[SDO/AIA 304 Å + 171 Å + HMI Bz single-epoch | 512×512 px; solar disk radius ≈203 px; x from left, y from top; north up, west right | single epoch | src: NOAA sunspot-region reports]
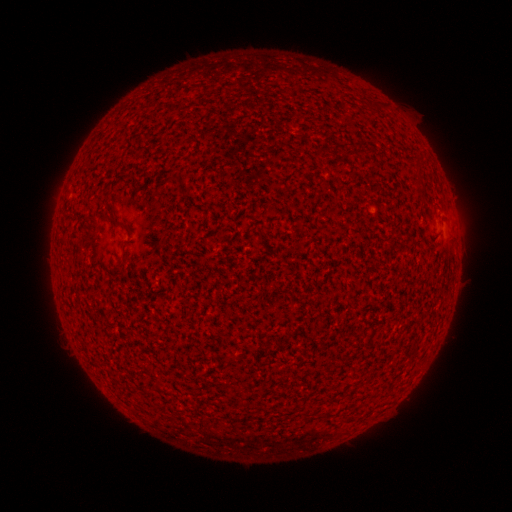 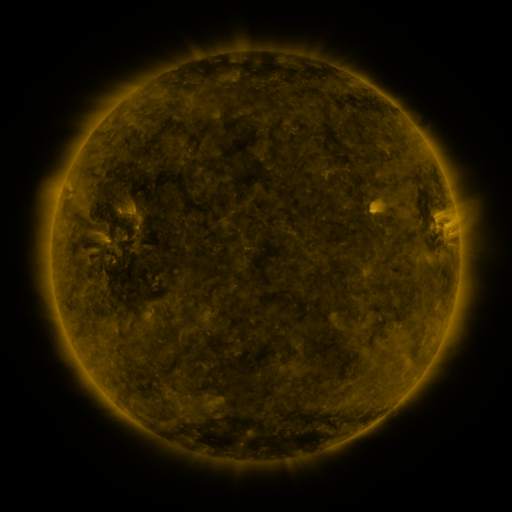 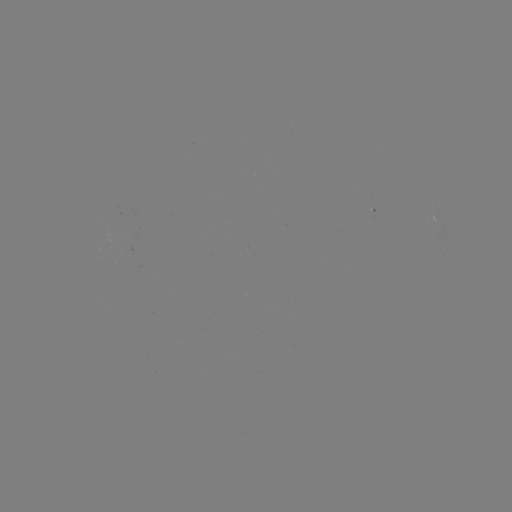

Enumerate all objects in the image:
(none)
